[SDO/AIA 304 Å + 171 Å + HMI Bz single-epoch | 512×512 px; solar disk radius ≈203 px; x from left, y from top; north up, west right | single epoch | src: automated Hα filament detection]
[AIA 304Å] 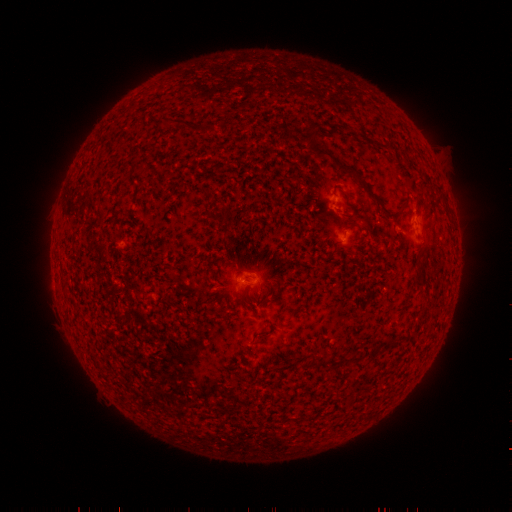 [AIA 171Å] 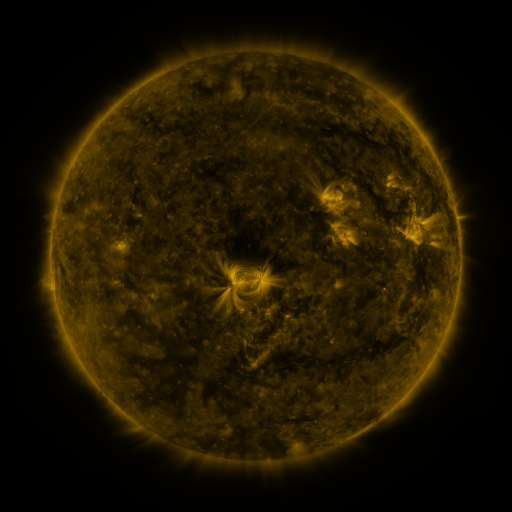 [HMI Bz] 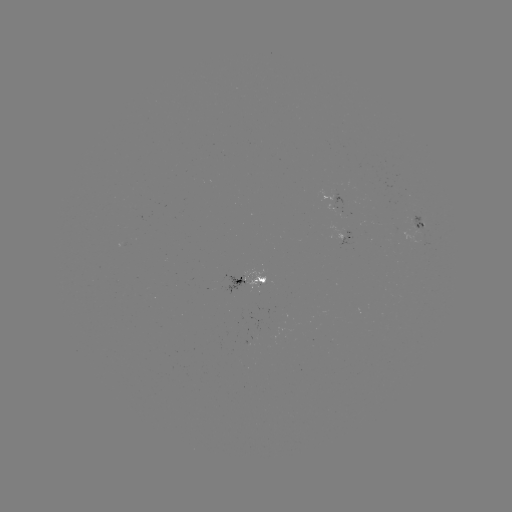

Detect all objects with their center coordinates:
filament: (169, 115, 183, 125)
filament: (186, 122, 215, 133)
filament: (316, 148, 333, 160)
filament: (336, 160, 371, 195)
filament: (397, 206, 406, 218)
filament: (206, 210, 227, 223)
filament: (324, 250, 336, 262)
filament: (256, 276, 266, 285)
filament: (328, 354, 359, 368)
filament: (316, 361, 325, 369)
